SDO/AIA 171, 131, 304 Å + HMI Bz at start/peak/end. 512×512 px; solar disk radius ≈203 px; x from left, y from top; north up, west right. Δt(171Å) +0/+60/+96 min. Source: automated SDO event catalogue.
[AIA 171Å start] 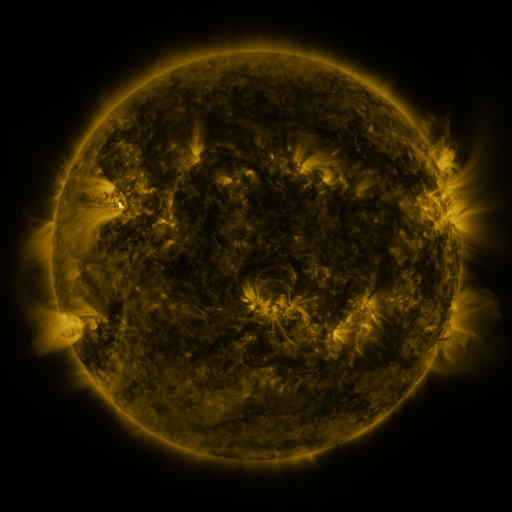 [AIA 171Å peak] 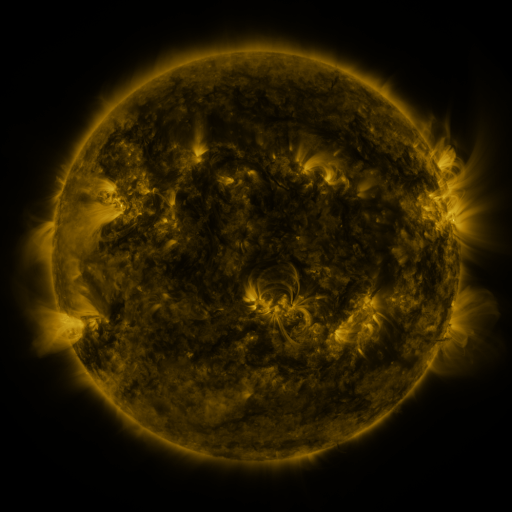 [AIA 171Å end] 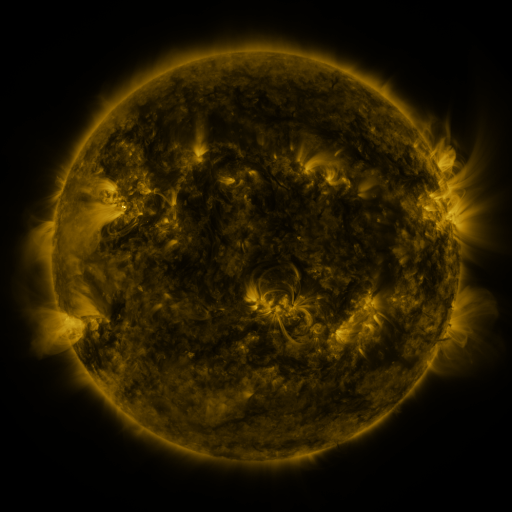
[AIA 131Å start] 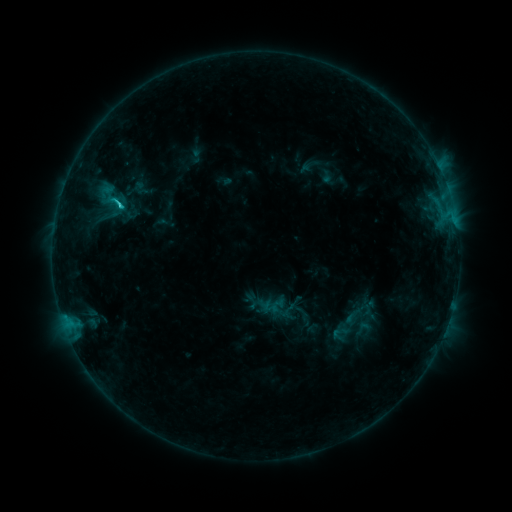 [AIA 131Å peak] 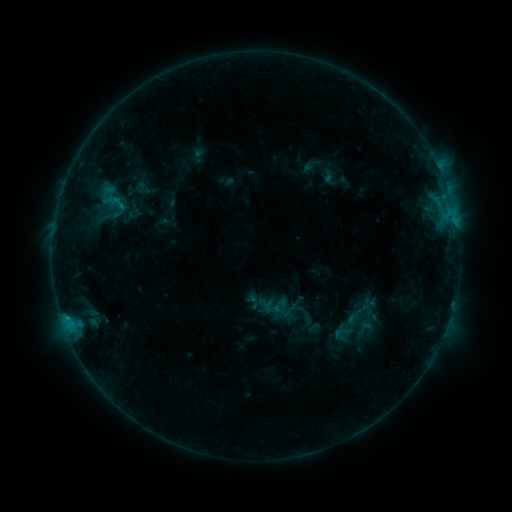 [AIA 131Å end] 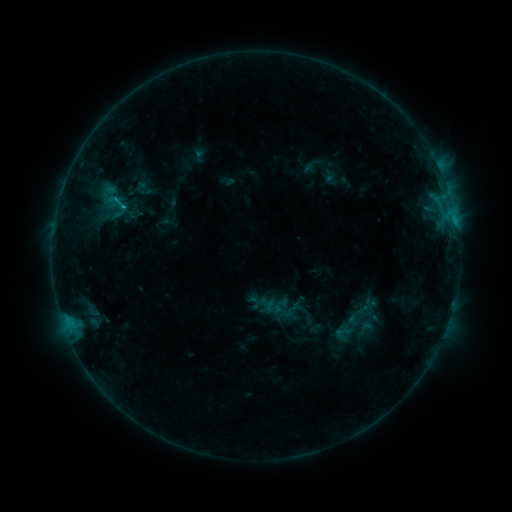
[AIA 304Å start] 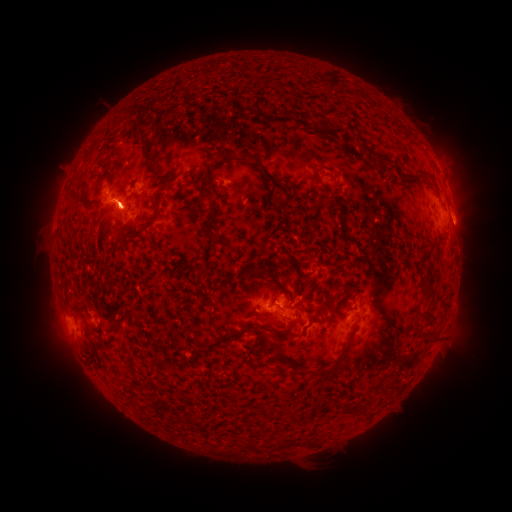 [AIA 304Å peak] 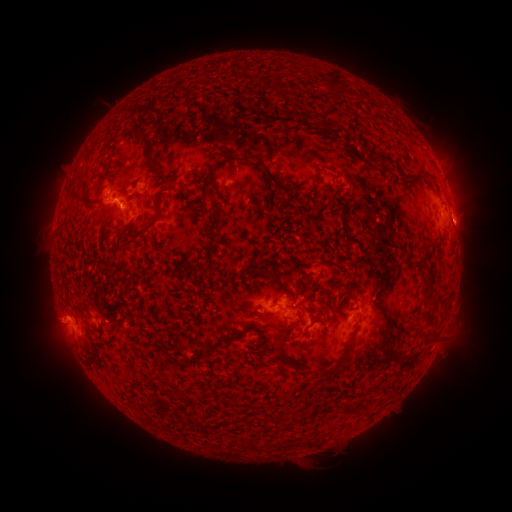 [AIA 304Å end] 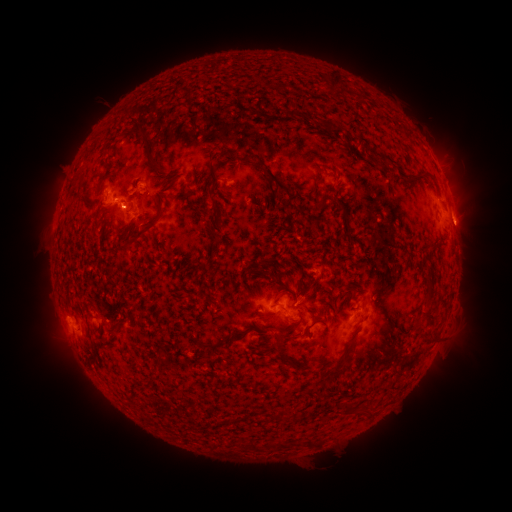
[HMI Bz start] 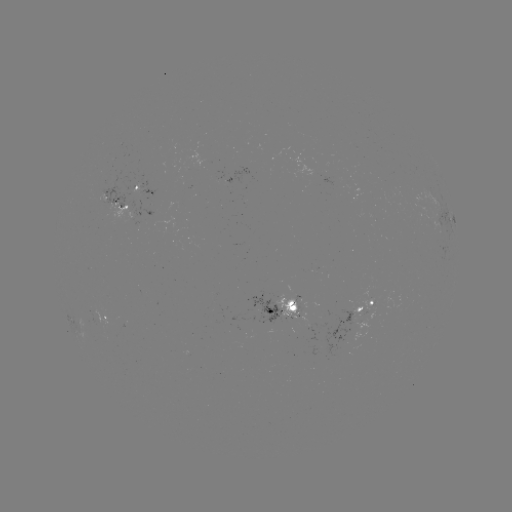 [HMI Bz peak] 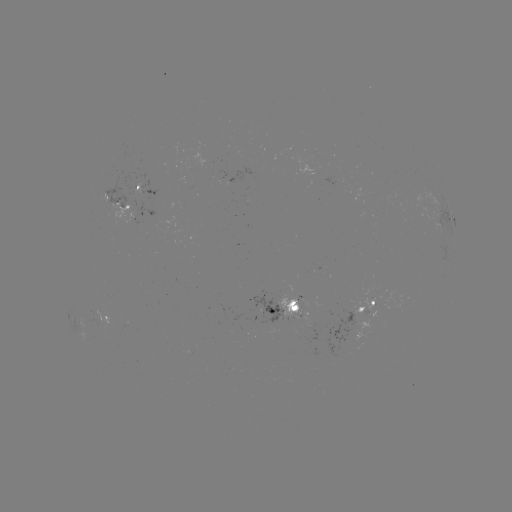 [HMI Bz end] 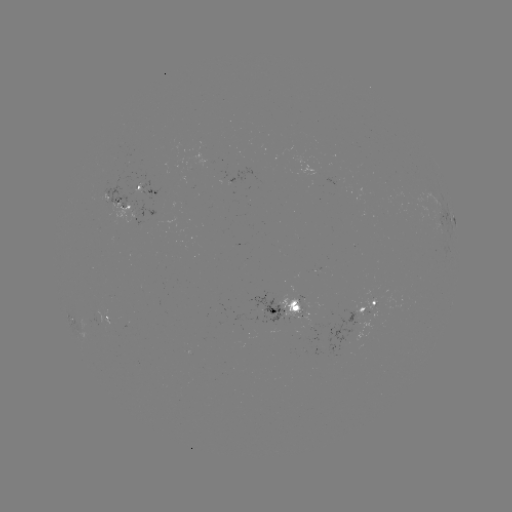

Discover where emerging-flux region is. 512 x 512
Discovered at (296, 301).